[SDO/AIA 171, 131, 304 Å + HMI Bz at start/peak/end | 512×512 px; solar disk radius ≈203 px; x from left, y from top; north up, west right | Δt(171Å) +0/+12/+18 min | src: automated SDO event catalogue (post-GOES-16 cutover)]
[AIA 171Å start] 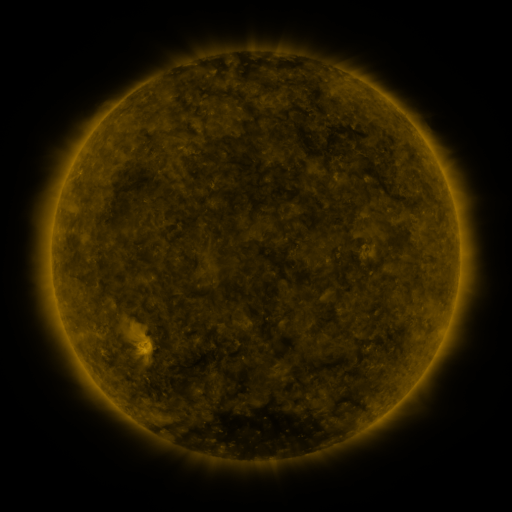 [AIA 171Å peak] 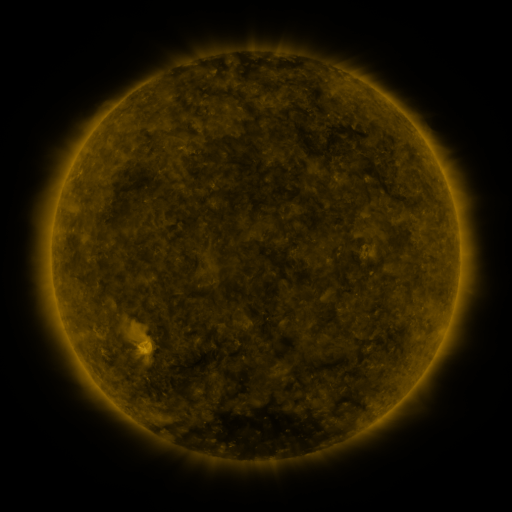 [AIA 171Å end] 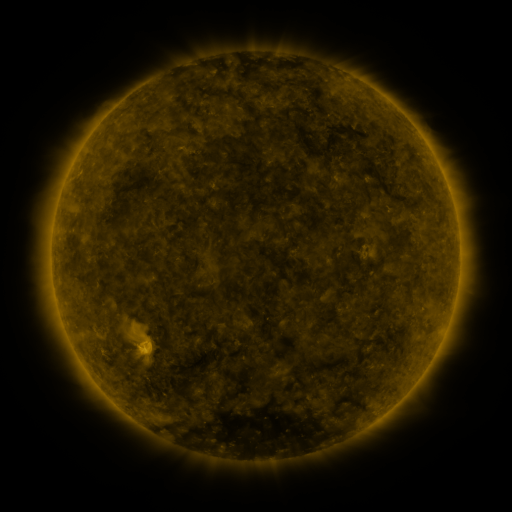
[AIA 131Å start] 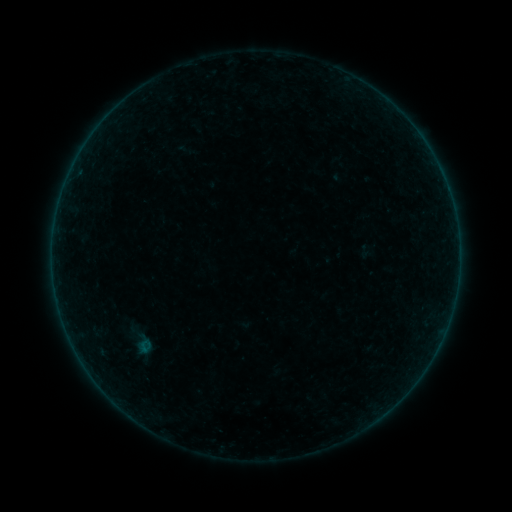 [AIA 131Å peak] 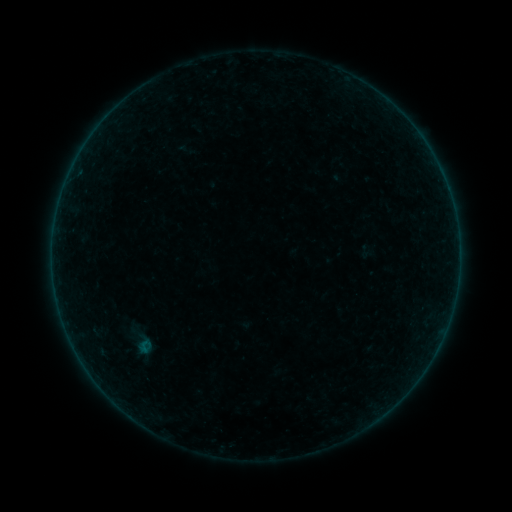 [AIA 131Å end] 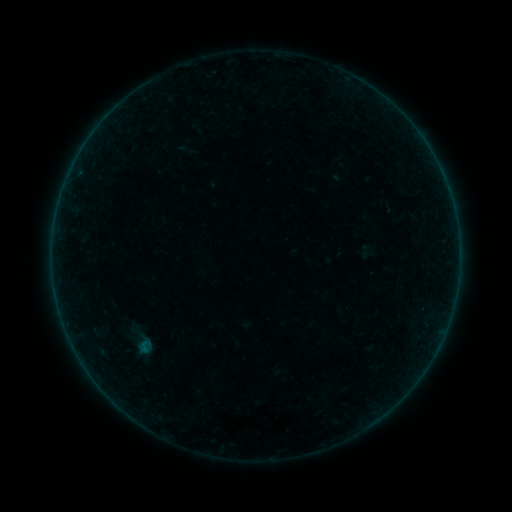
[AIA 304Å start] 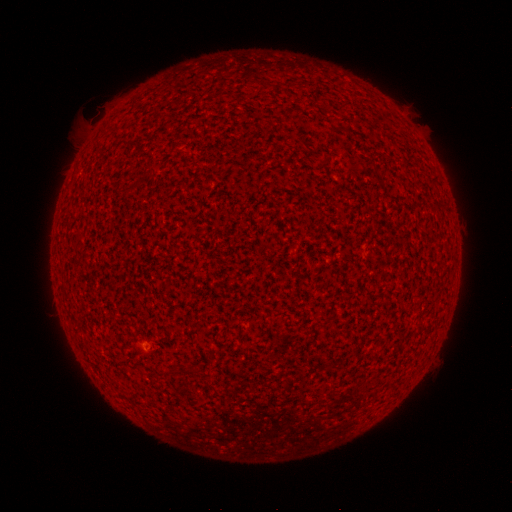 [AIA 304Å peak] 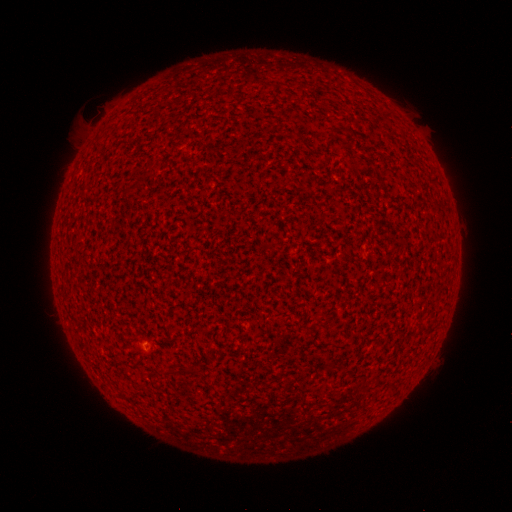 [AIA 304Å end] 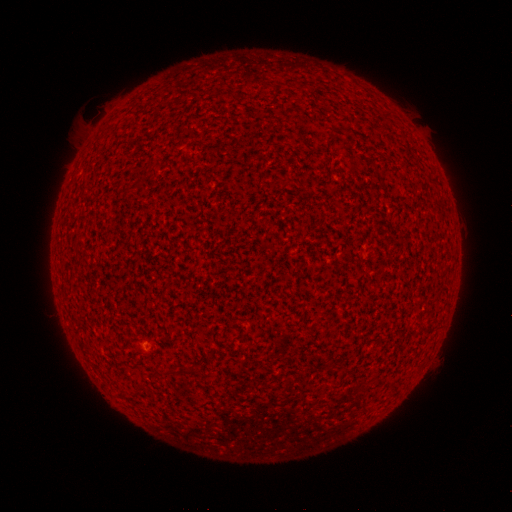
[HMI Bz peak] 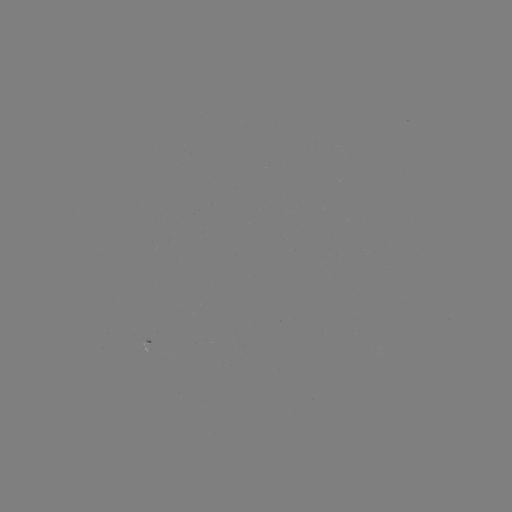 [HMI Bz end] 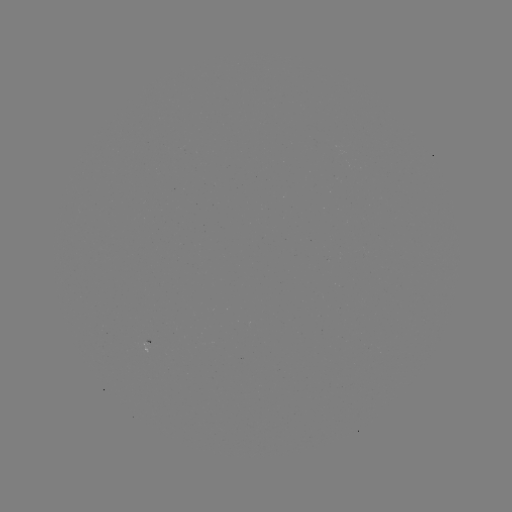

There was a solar flare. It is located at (143, 343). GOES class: A8.3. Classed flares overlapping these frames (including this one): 1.